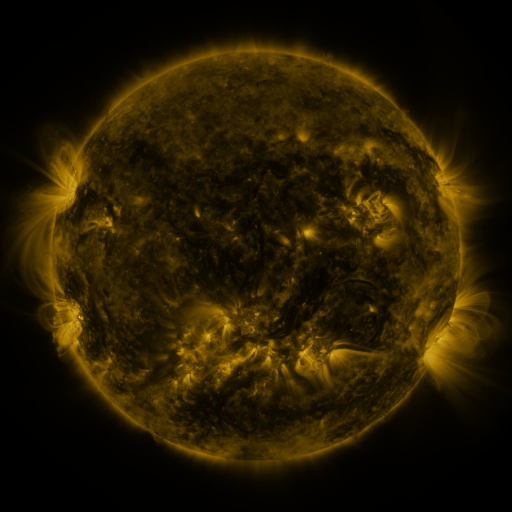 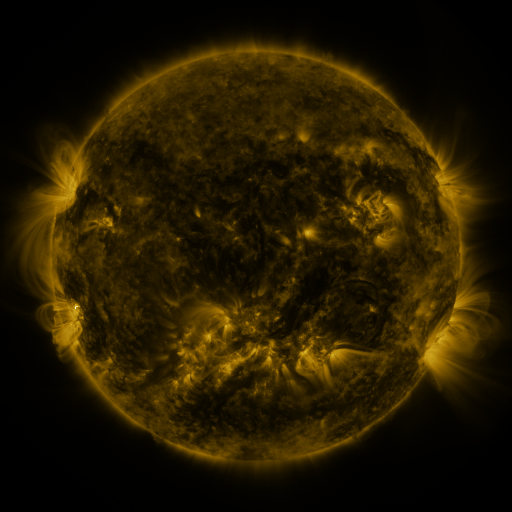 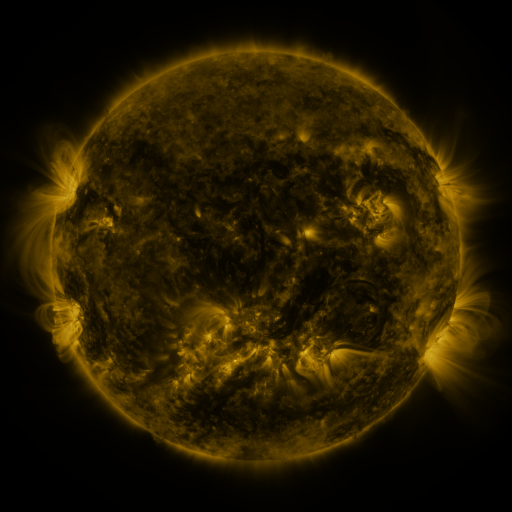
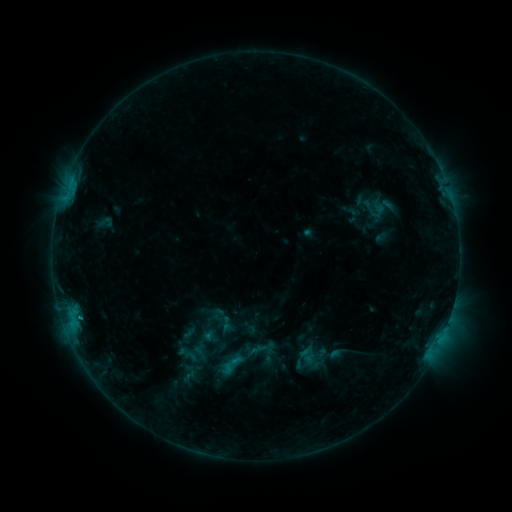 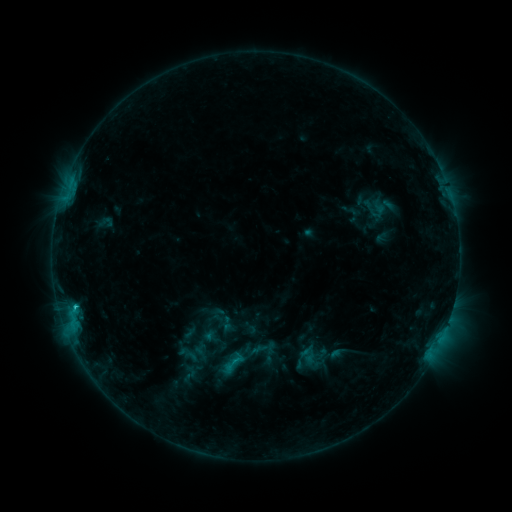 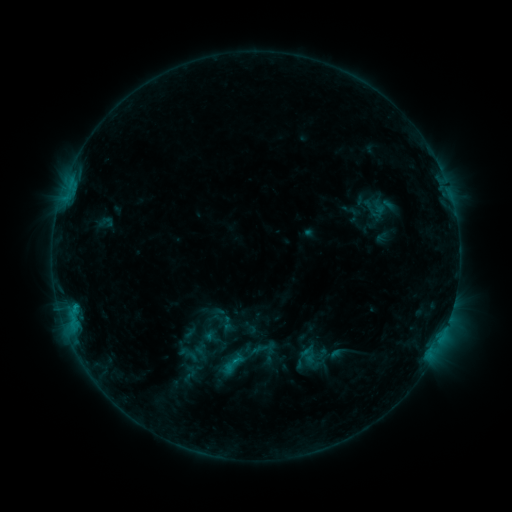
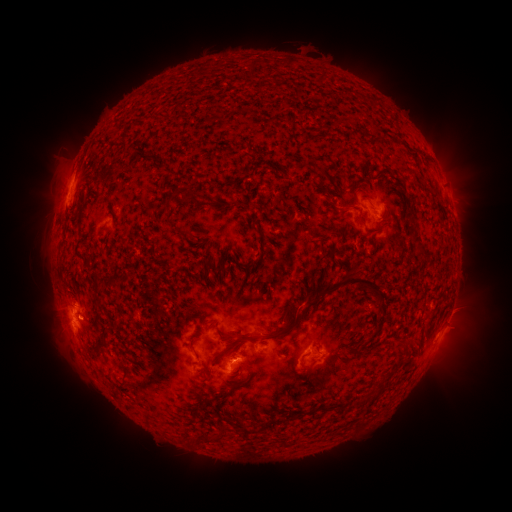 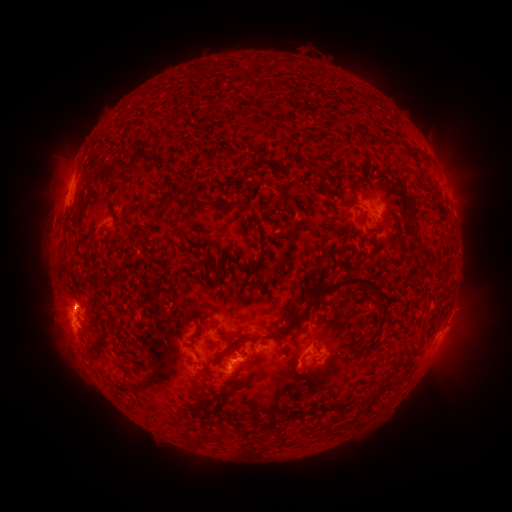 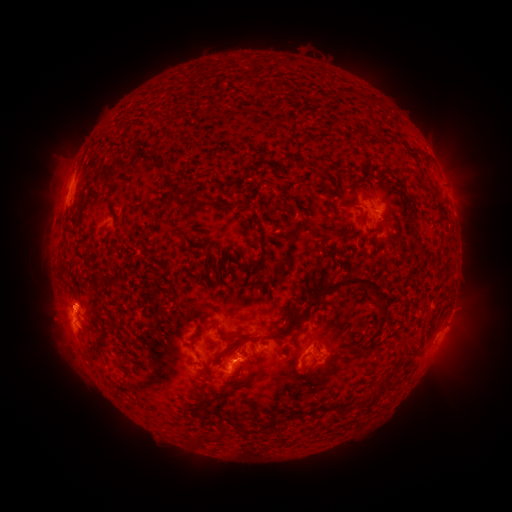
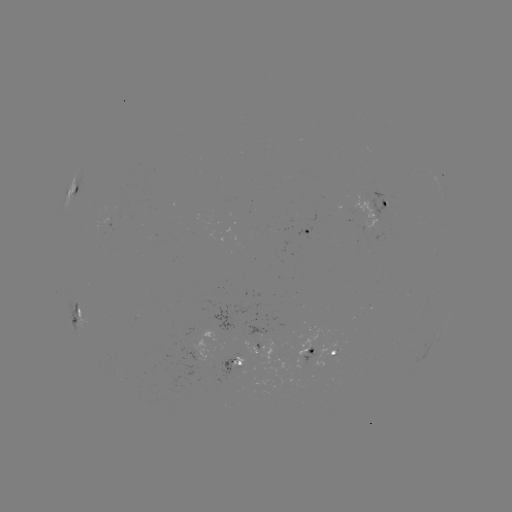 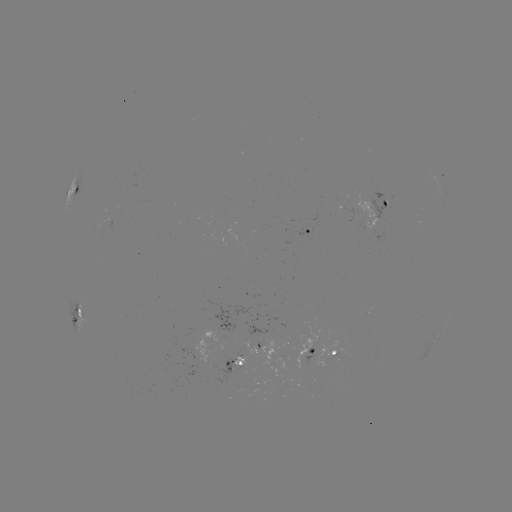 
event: flare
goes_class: C1.2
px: (77, 307)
